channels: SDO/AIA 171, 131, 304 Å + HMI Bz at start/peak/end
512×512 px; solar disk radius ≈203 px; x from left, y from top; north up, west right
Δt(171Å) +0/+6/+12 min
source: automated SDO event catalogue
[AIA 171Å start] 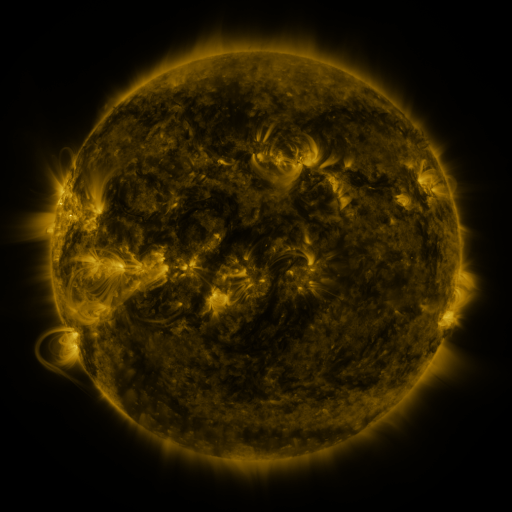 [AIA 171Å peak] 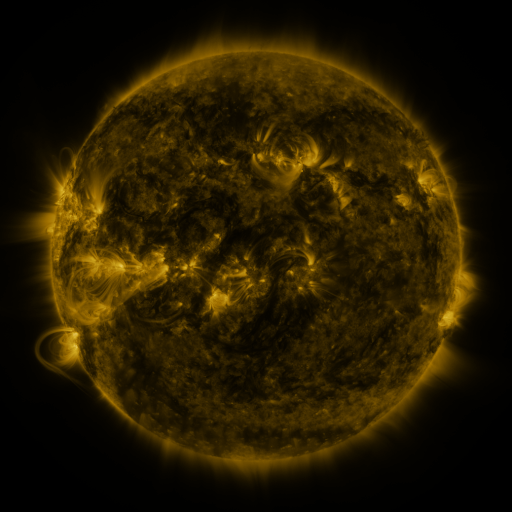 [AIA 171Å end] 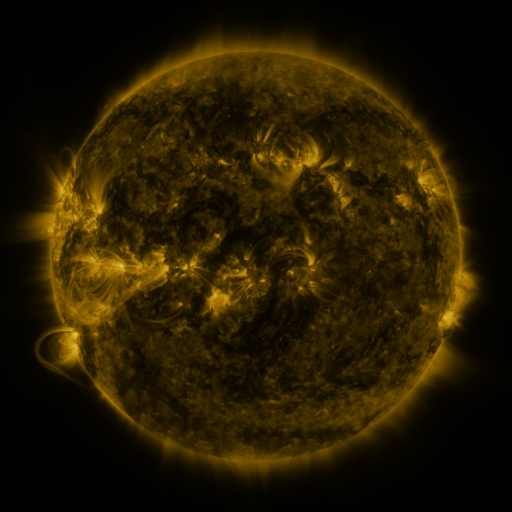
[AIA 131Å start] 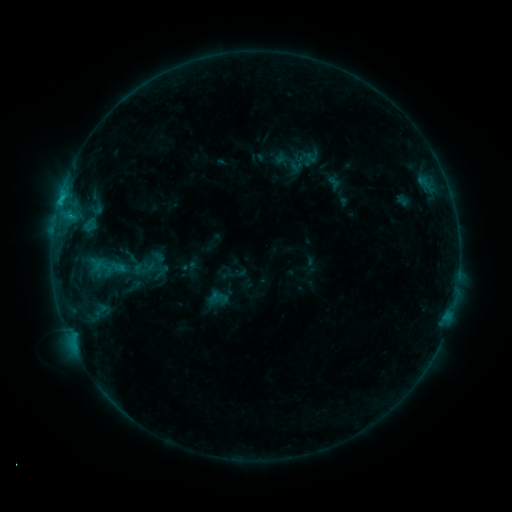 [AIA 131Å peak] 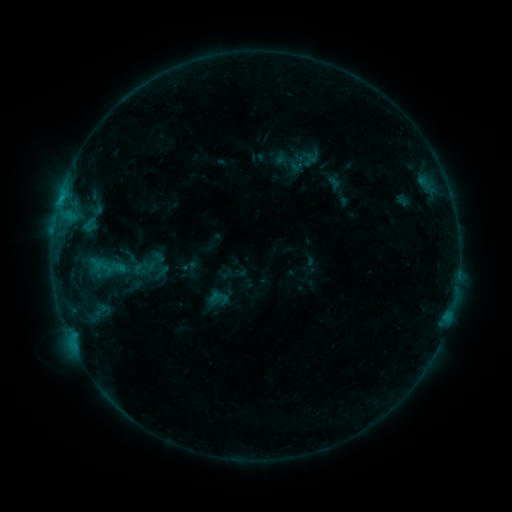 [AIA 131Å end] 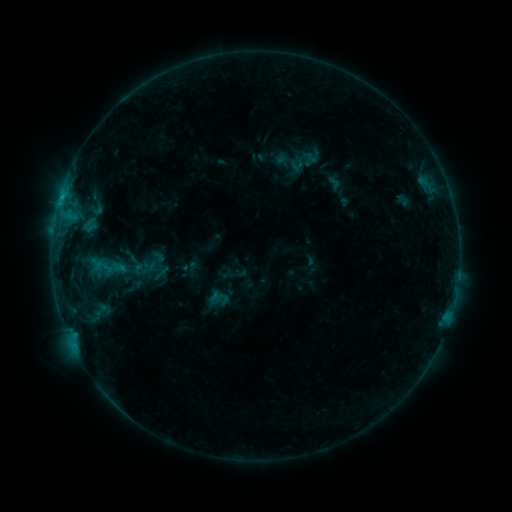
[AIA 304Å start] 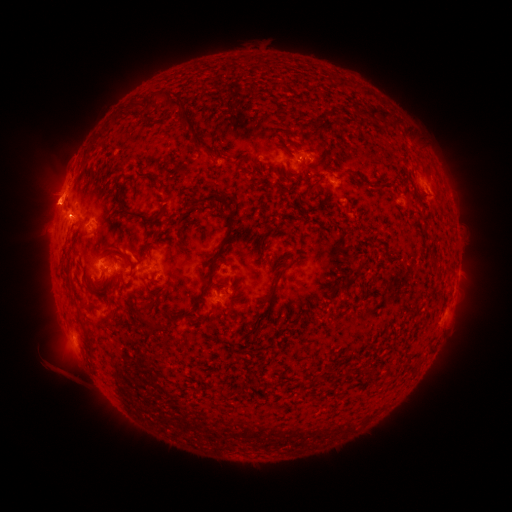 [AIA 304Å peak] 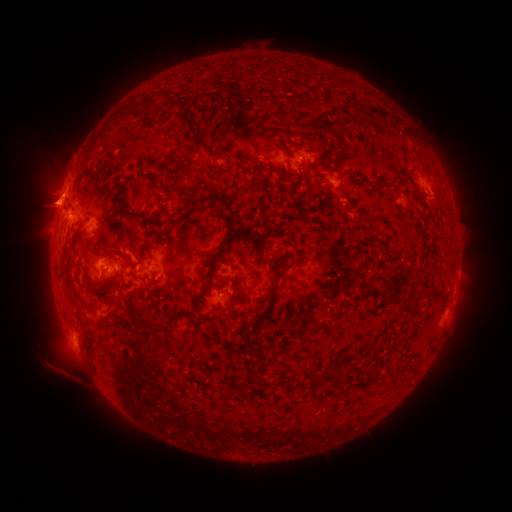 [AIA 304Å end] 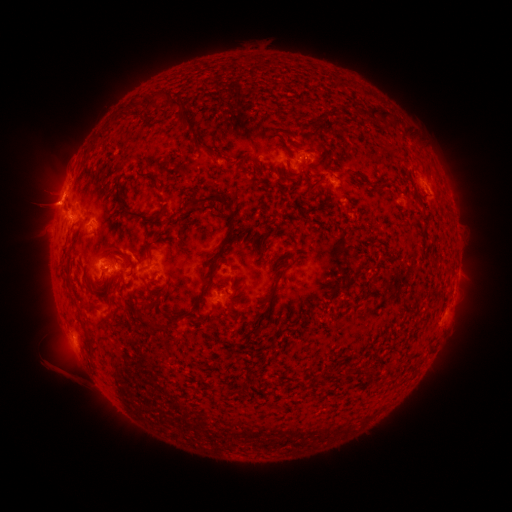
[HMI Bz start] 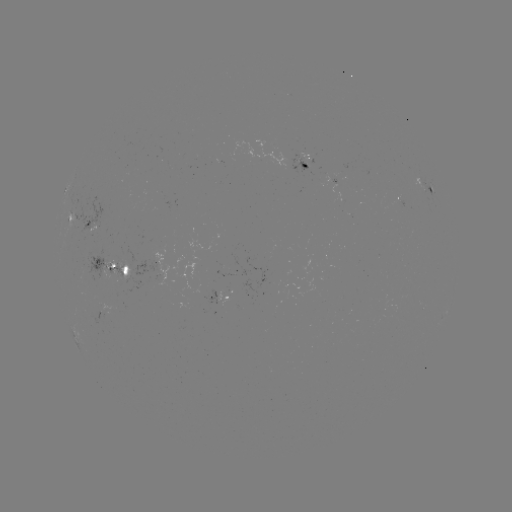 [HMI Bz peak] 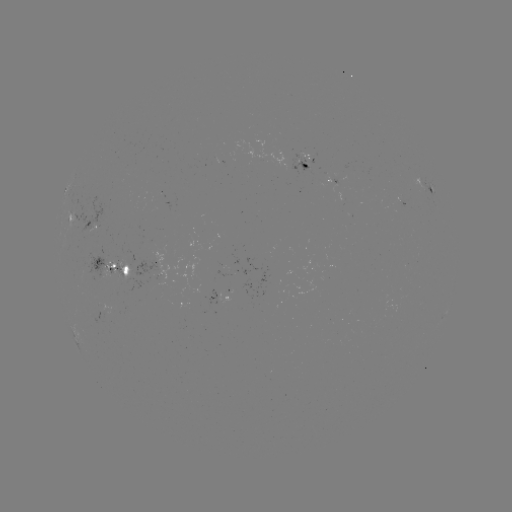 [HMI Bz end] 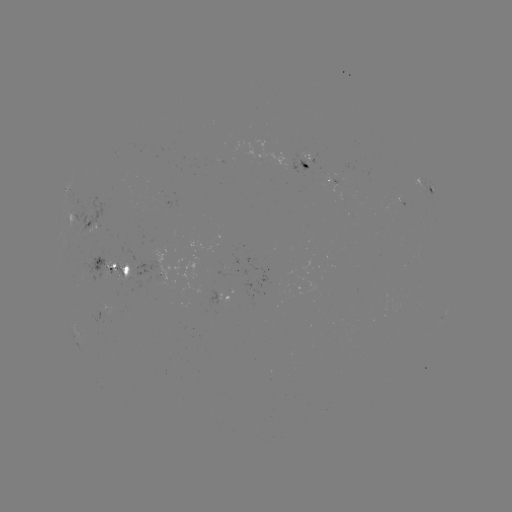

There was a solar eruption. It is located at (47, 204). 